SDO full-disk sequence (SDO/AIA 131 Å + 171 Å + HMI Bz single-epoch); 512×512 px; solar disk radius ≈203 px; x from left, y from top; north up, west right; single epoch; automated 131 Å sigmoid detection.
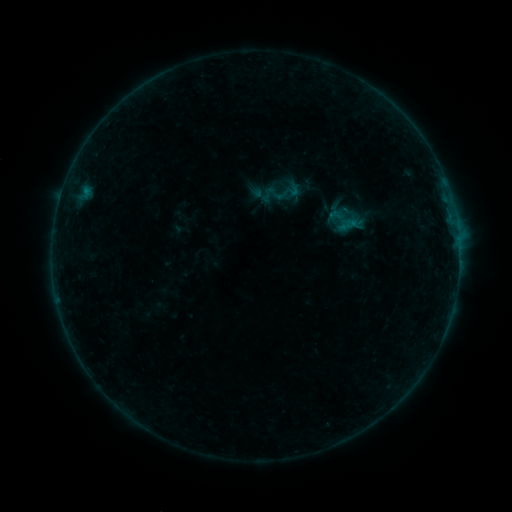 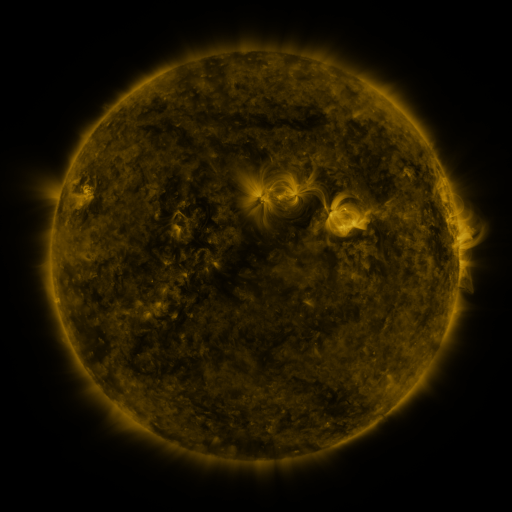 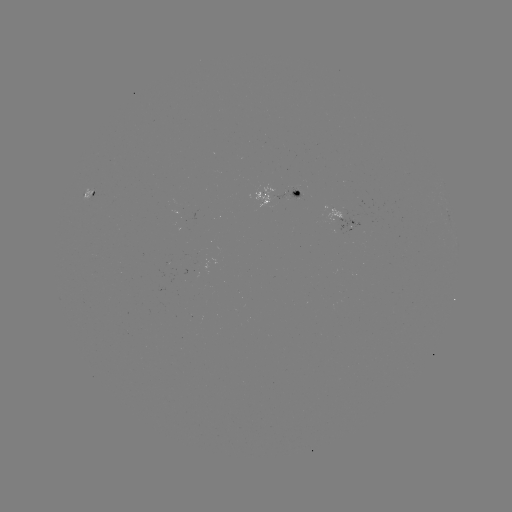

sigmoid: <bbox>271, 176, 305, 208</bbox>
